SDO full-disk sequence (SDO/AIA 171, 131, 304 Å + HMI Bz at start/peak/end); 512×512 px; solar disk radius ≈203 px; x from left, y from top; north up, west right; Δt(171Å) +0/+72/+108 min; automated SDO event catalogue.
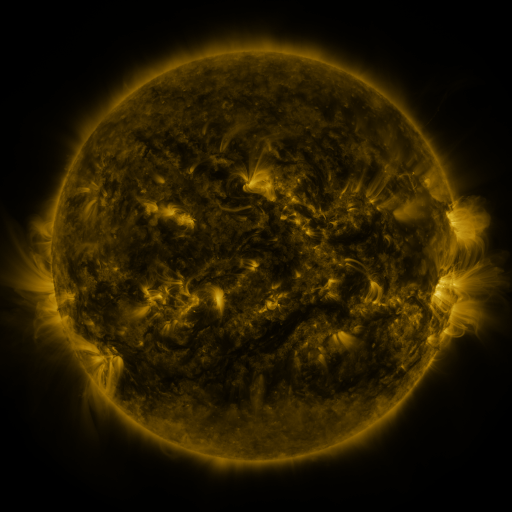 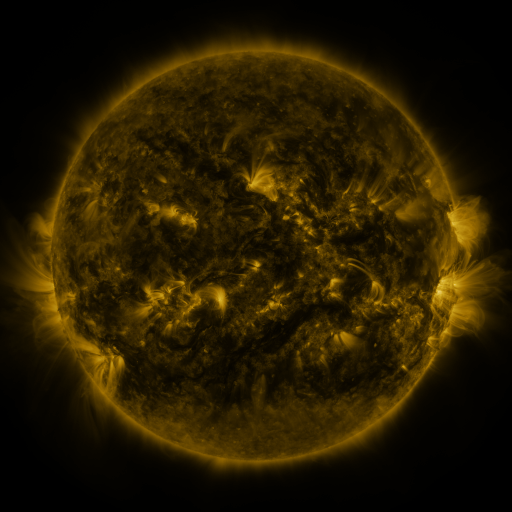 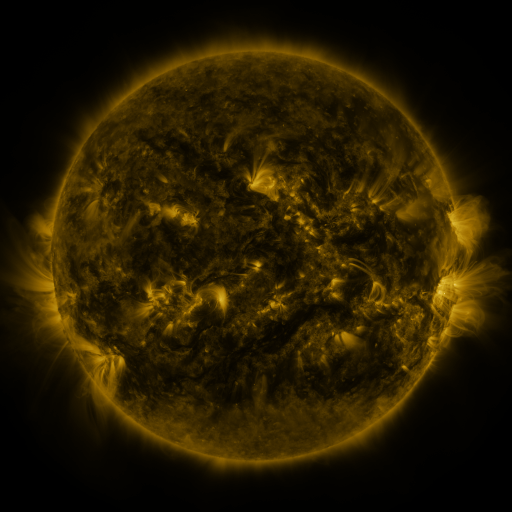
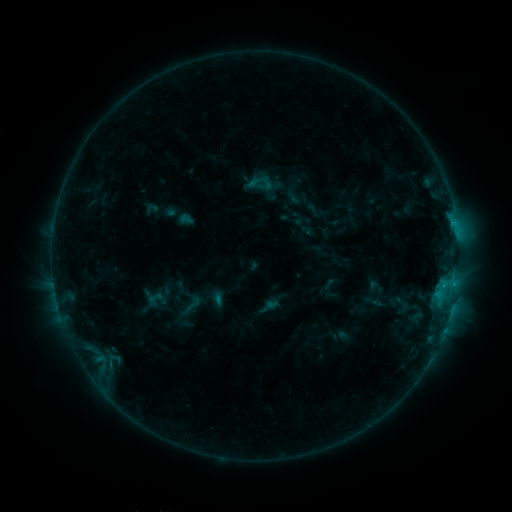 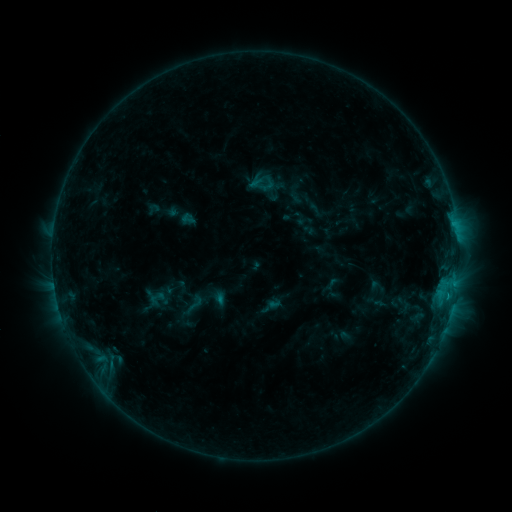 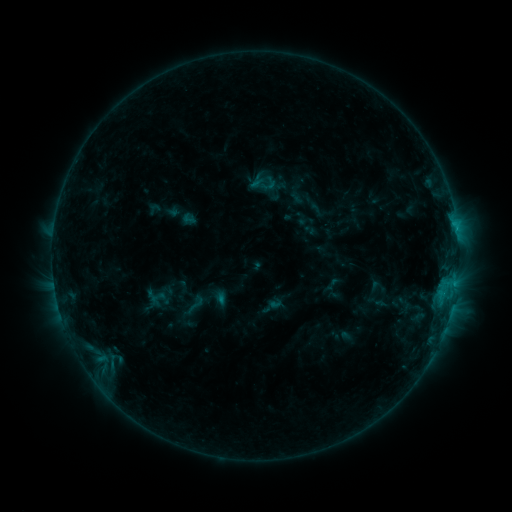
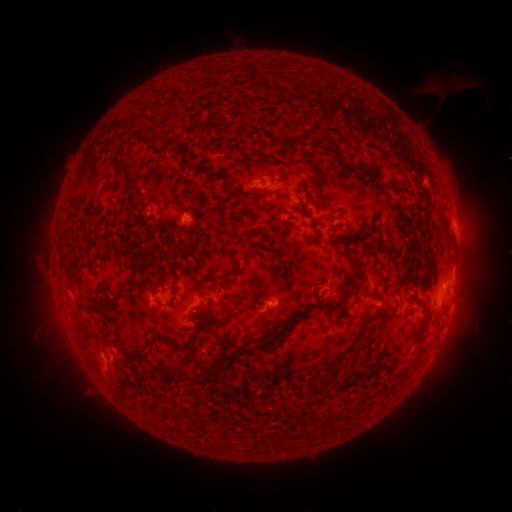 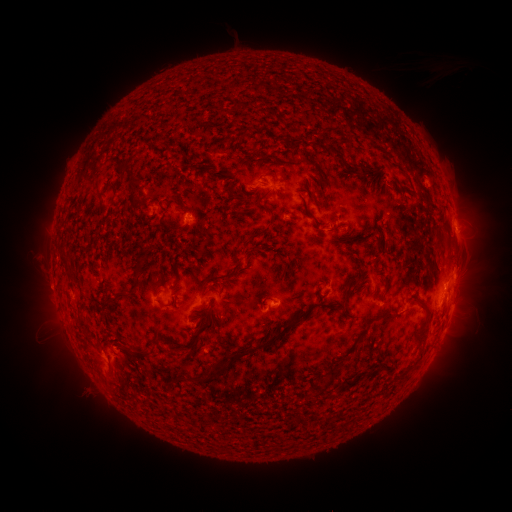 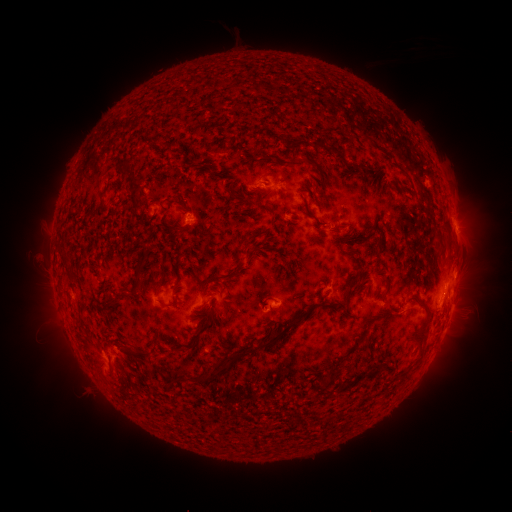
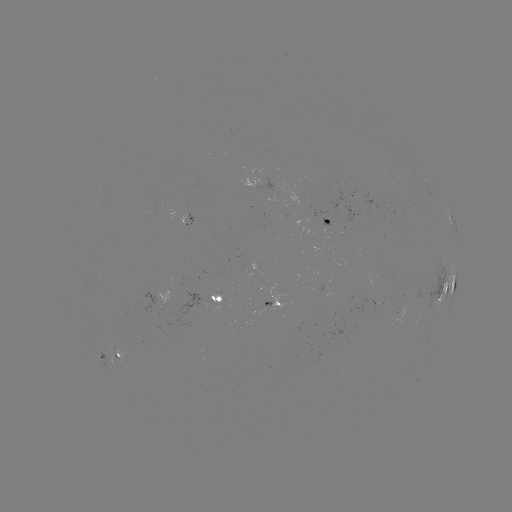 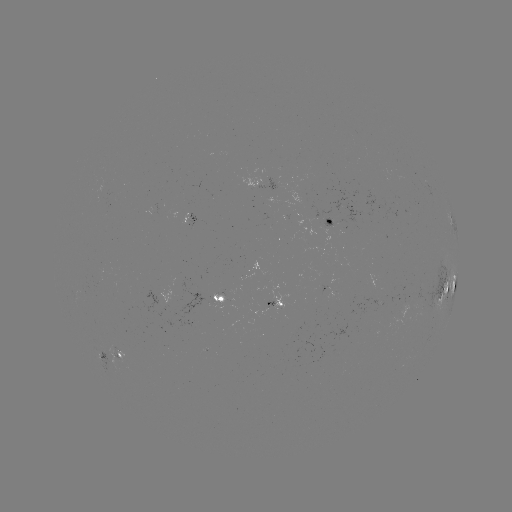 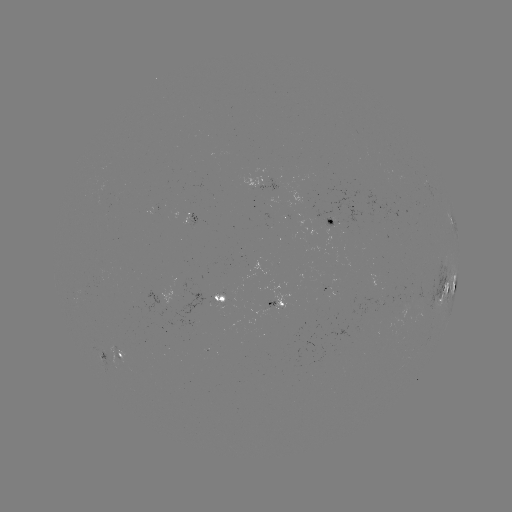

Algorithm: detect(emerging-flux region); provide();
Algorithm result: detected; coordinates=[299, 199]